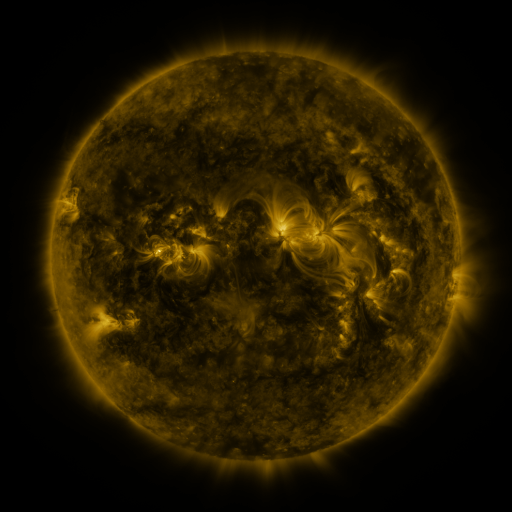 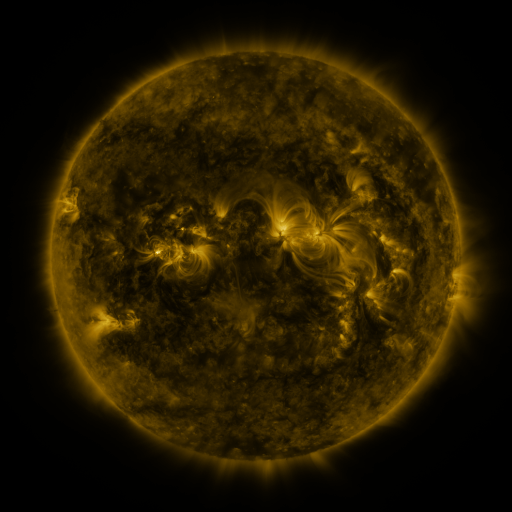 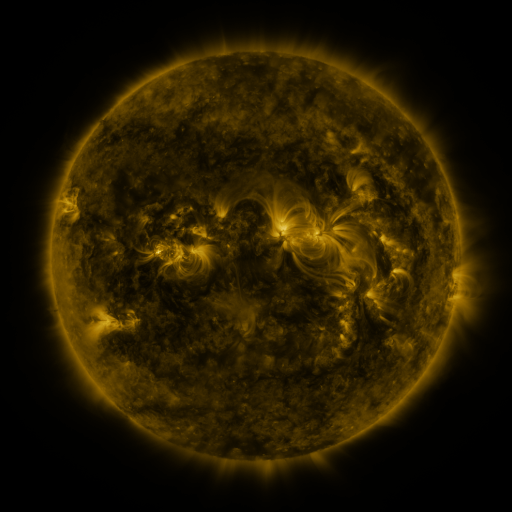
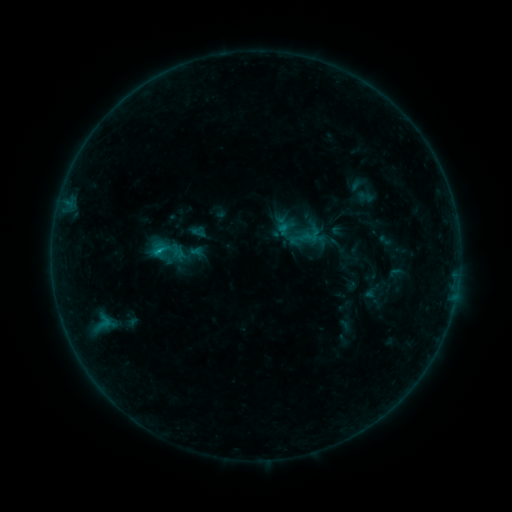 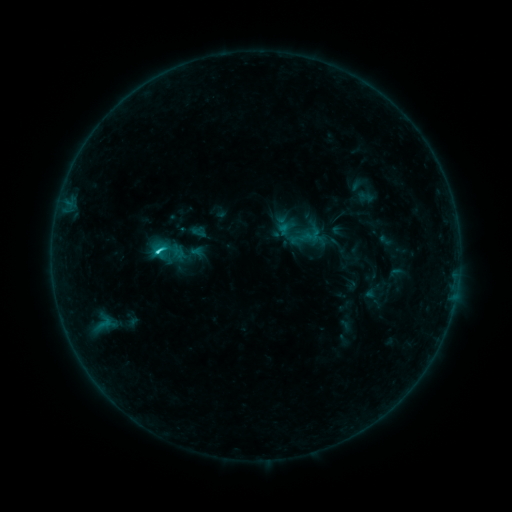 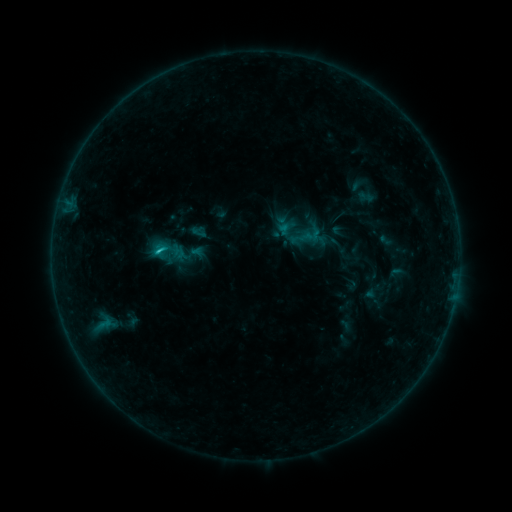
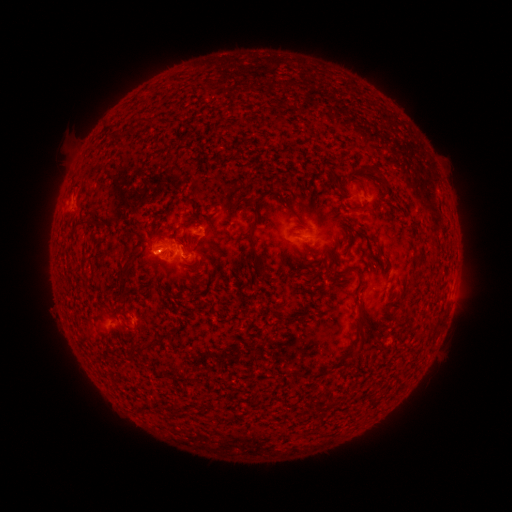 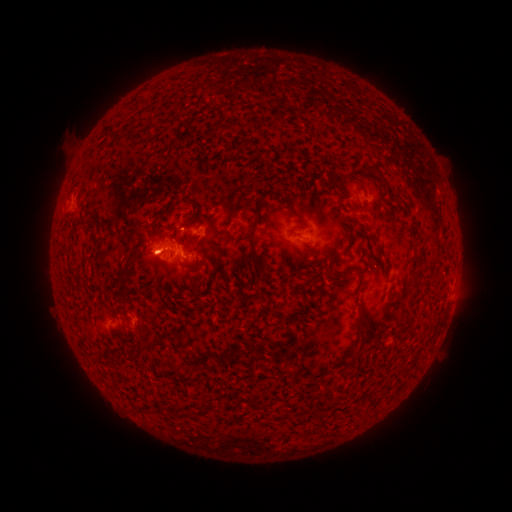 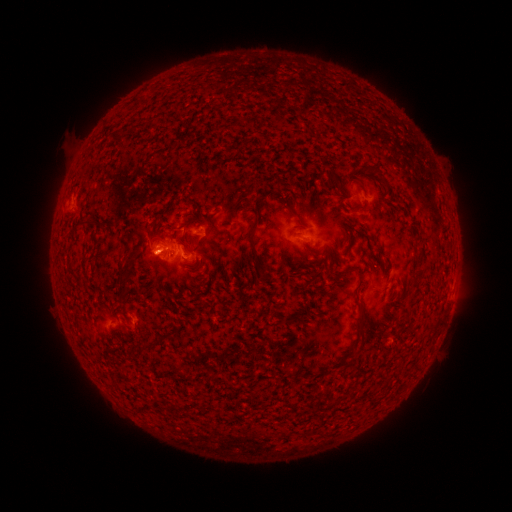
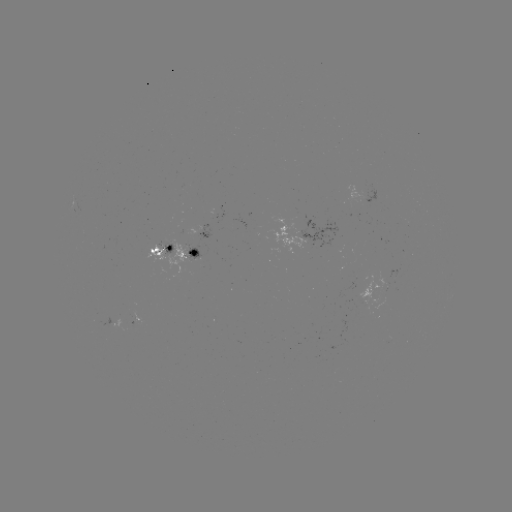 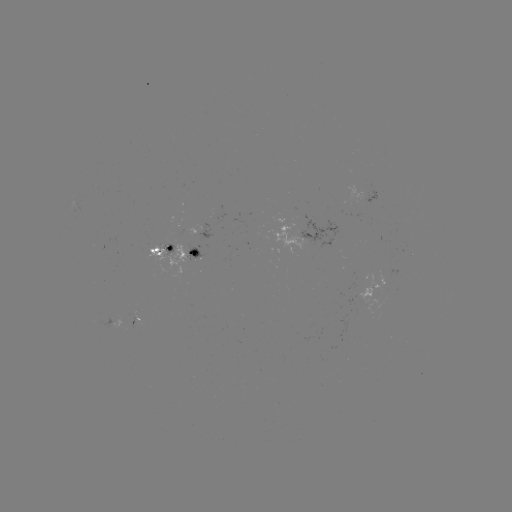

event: flare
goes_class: C1.6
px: (160, 255)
